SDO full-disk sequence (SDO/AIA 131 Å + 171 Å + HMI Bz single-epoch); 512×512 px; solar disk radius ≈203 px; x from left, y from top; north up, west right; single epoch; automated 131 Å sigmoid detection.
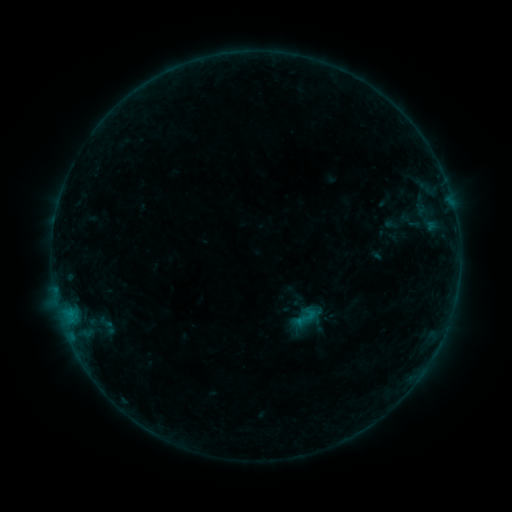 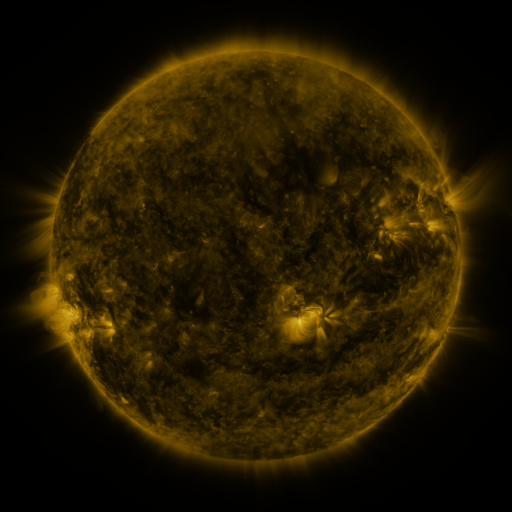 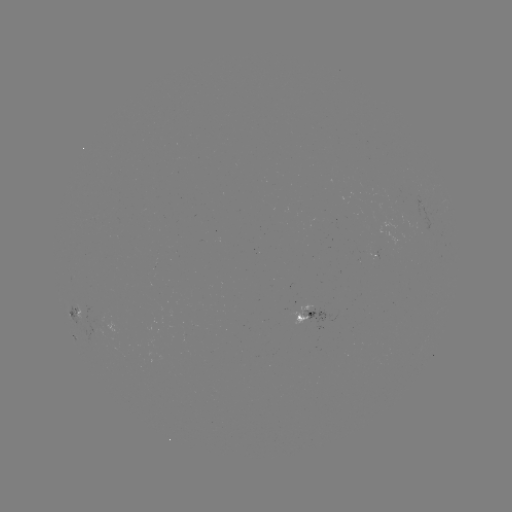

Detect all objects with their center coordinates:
sigmoid: [291, 303, 320, 331]
